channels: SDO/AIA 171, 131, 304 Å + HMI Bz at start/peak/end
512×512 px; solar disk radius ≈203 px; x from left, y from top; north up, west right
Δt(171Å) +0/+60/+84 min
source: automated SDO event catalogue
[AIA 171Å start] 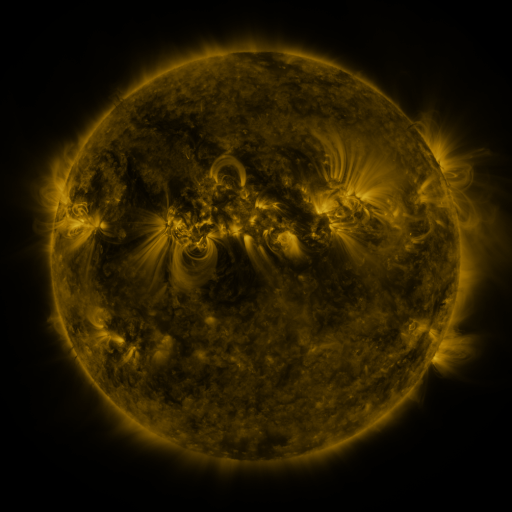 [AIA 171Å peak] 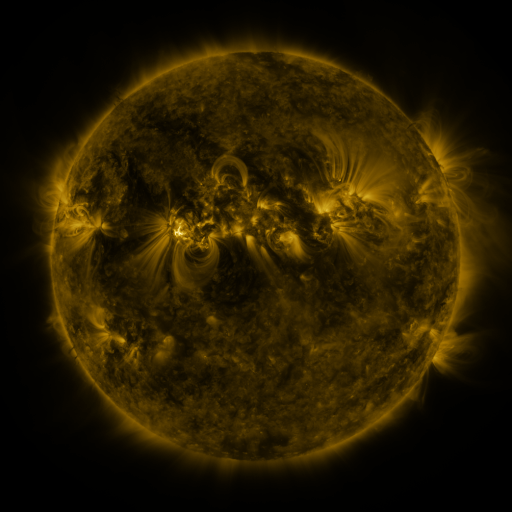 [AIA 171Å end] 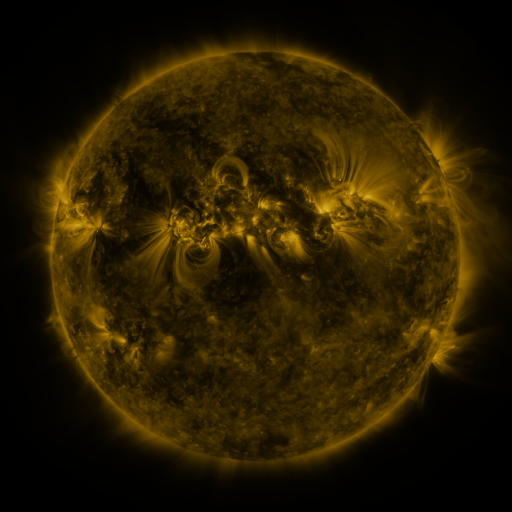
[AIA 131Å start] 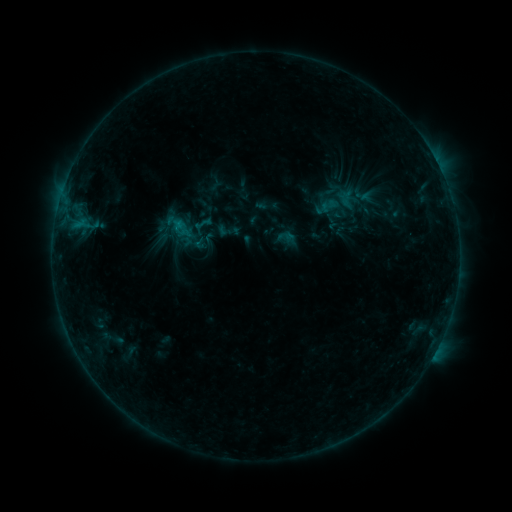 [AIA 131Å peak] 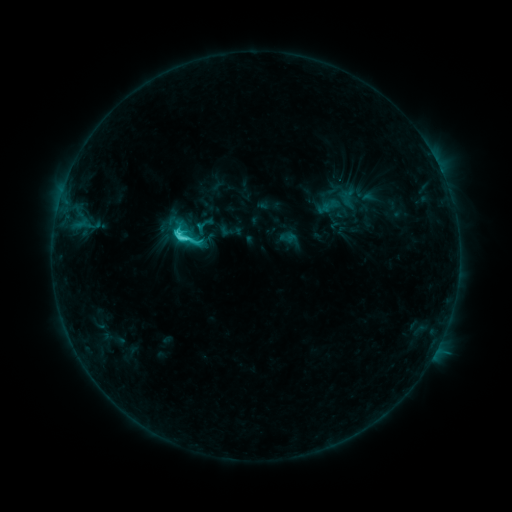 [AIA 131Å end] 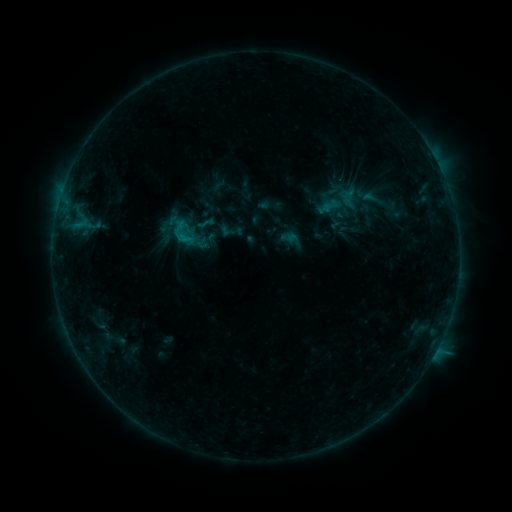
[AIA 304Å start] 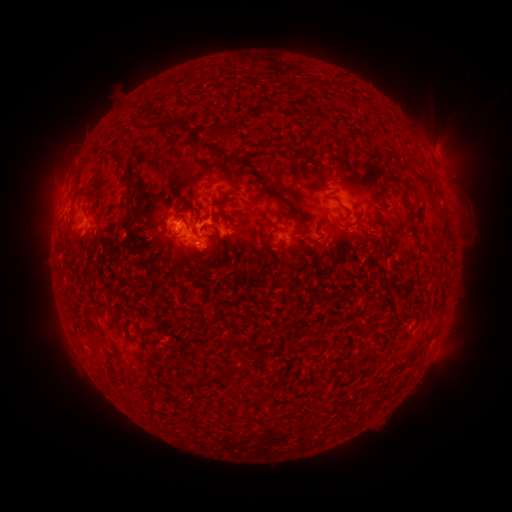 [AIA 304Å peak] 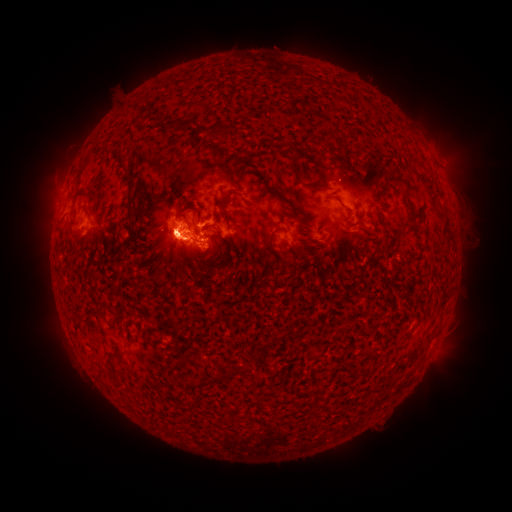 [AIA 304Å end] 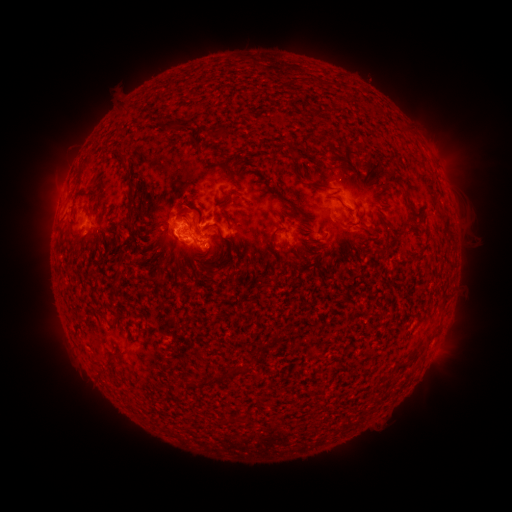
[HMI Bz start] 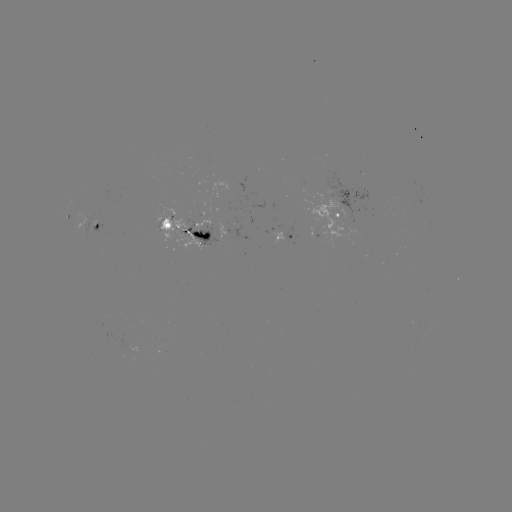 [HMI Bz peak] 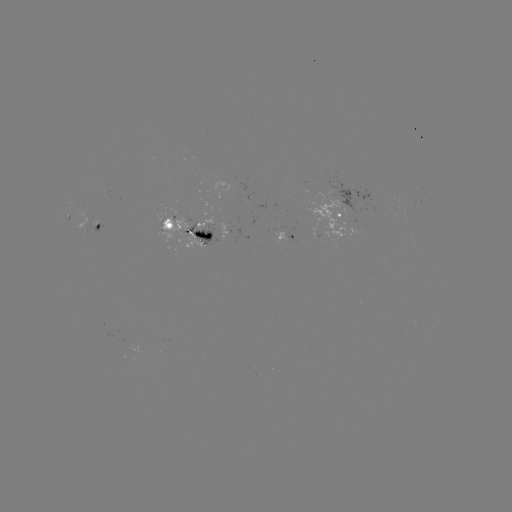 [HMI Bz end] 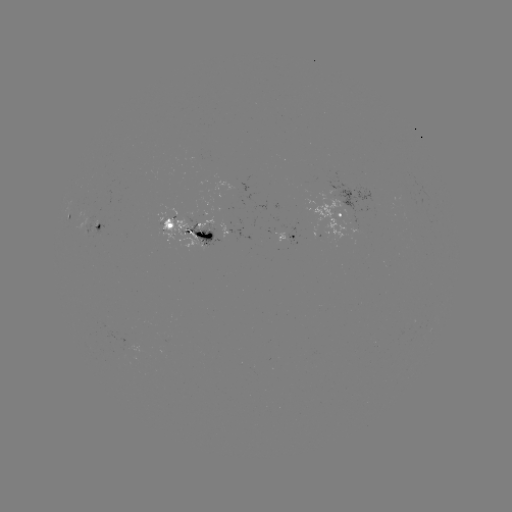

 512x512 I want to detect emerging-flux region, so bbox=[80, 213, 95, 239].